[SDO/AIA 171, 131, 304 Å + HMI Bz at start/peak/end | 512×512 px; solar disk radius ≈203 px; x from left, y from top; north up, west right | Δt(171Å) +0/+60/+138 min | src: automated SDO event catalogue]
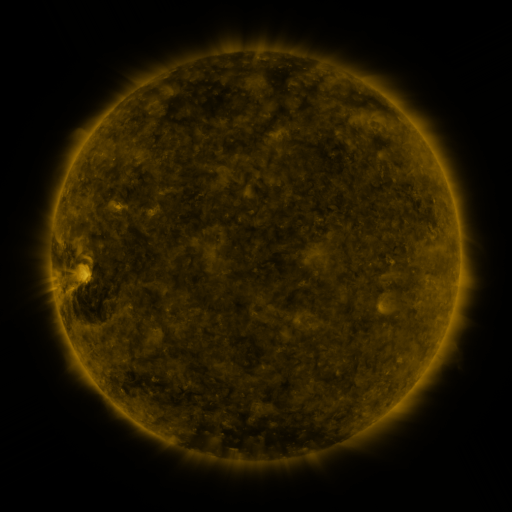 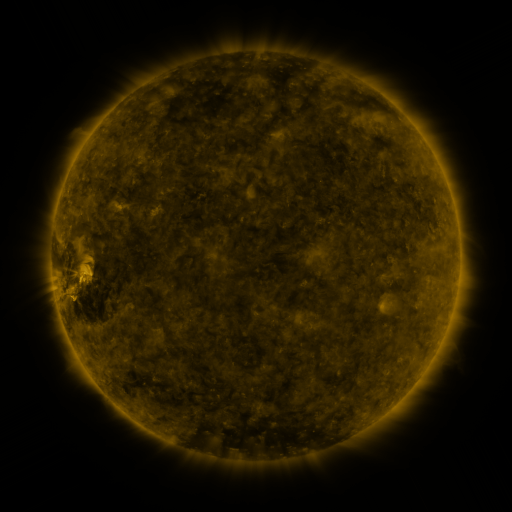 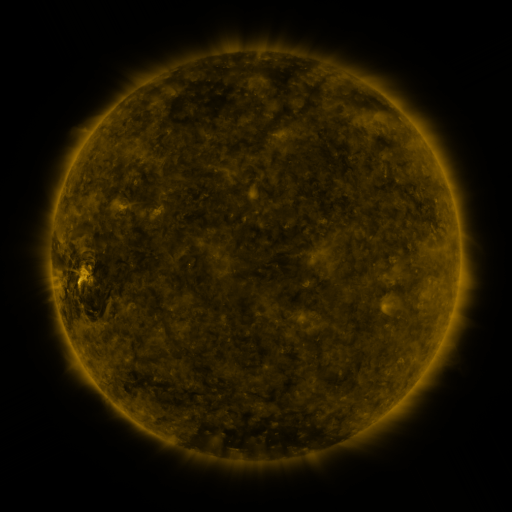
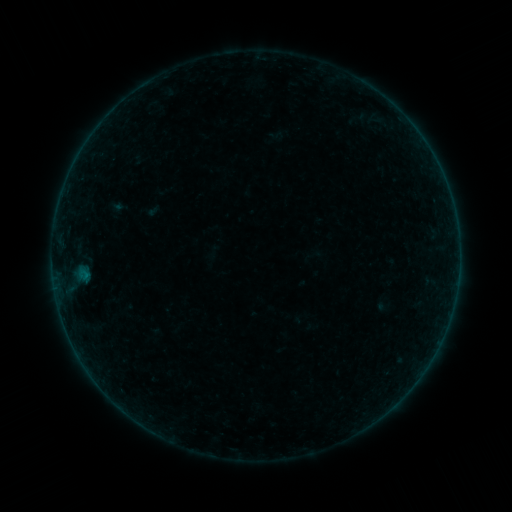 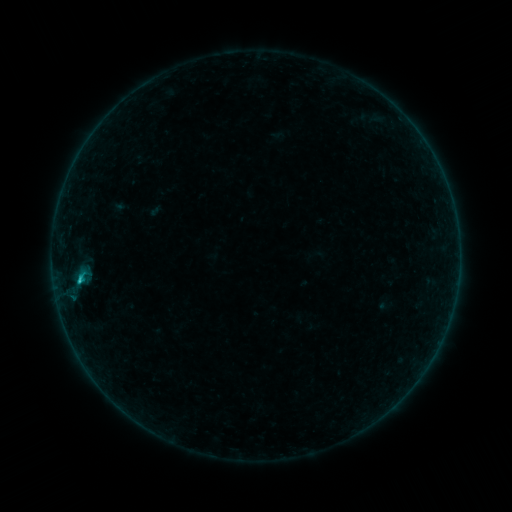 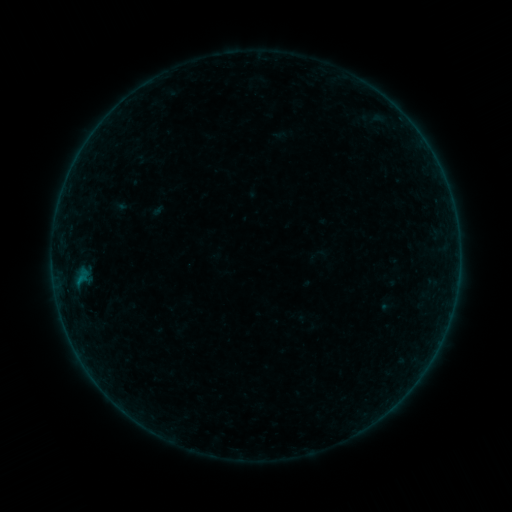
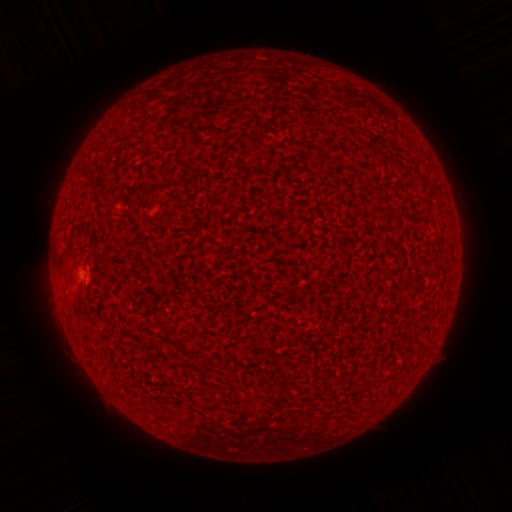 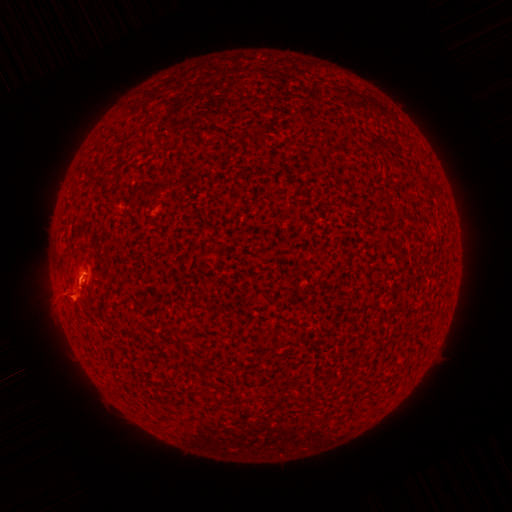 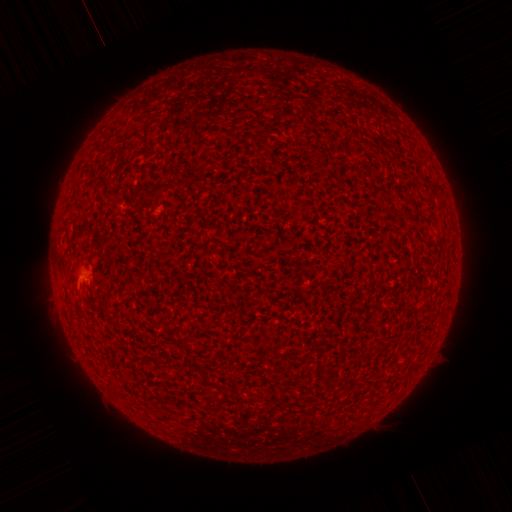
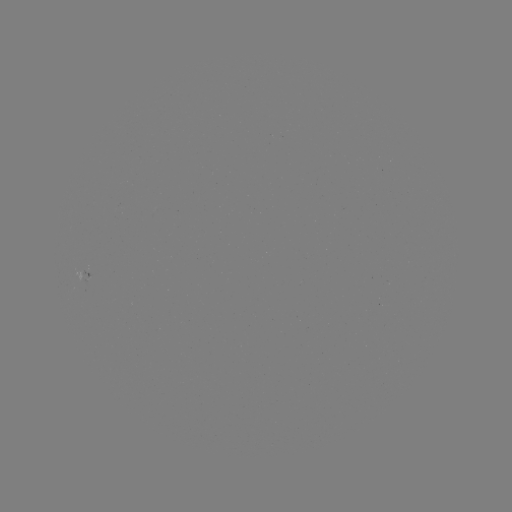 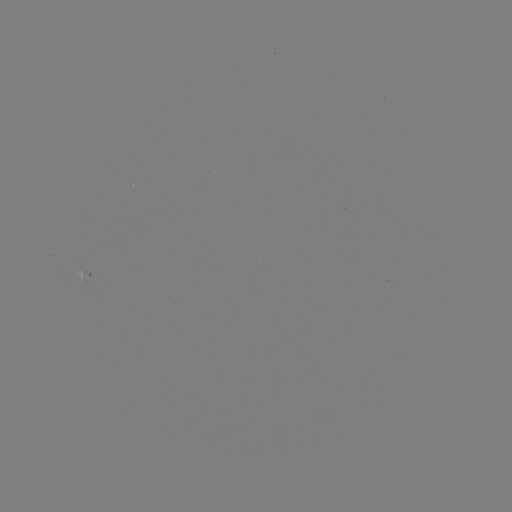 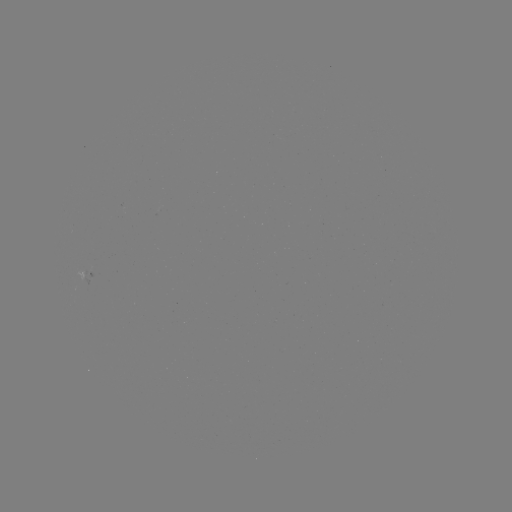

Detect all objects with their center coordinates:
B7.1 flare: (82, 279)
